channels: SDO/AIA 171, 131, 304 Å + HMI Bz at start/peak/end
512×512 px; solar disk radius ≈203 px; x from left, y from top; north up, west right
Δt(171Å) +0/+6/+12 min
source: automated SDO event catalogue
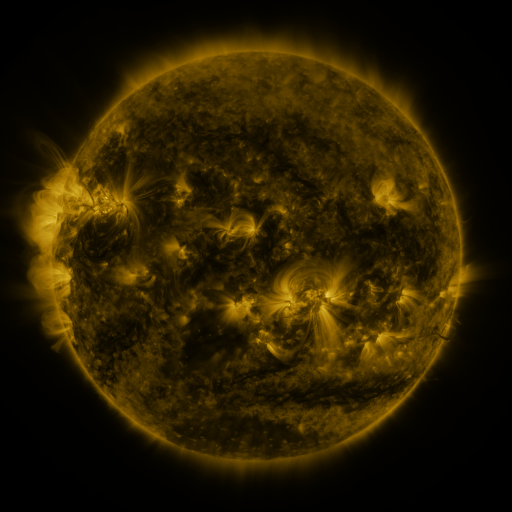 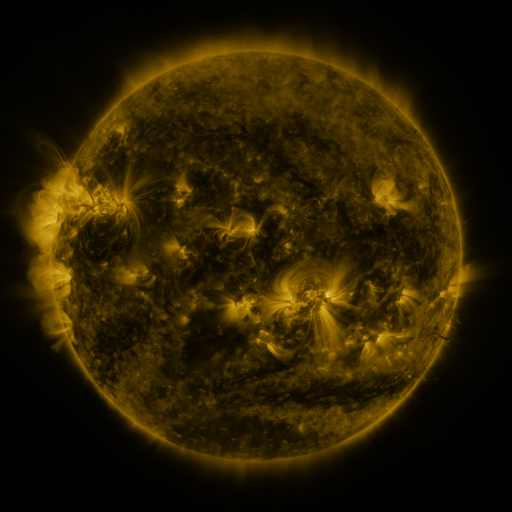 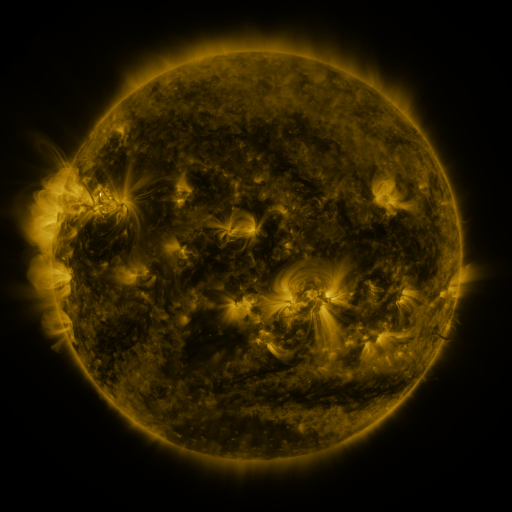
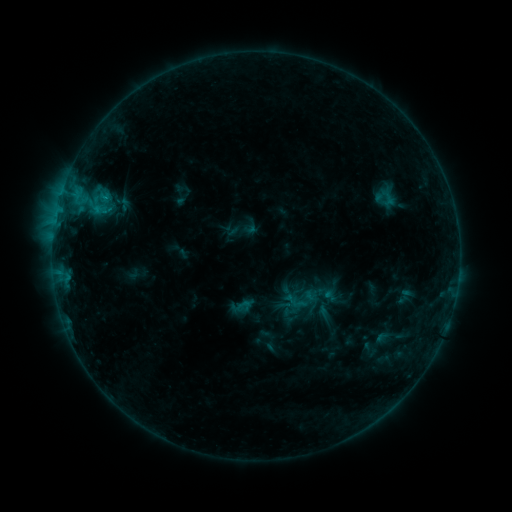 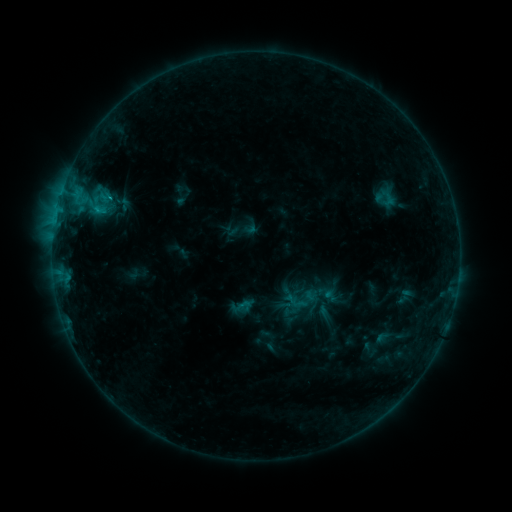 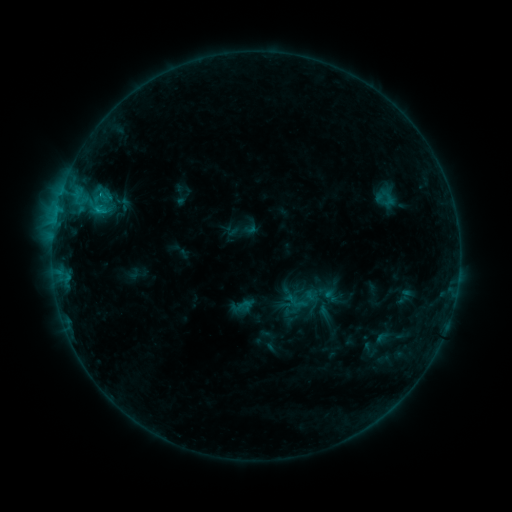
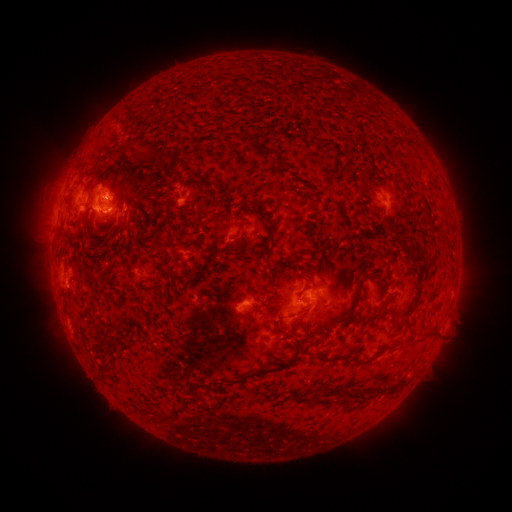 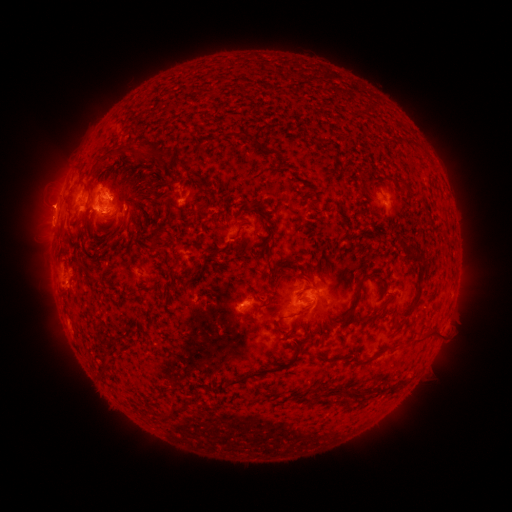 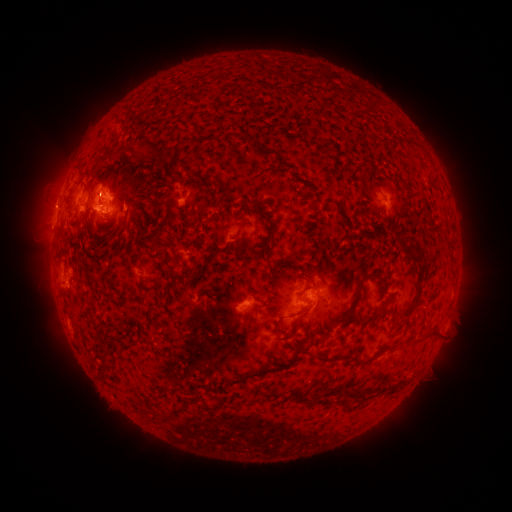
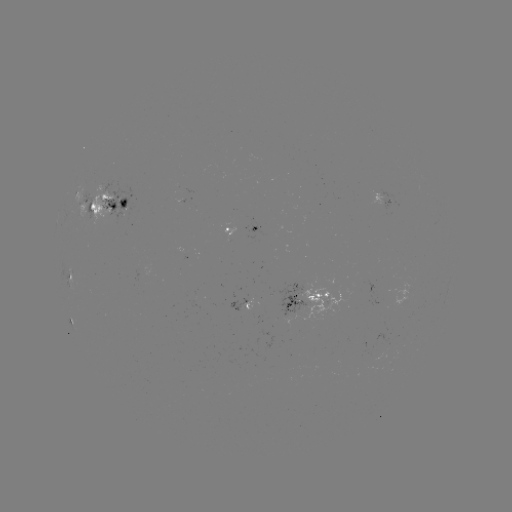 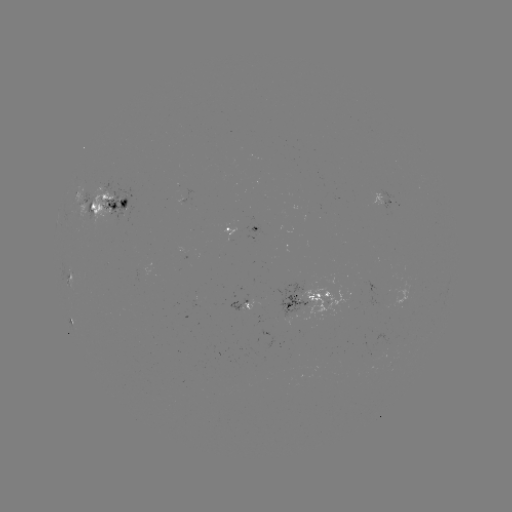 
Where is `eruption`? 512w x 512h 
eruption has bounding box [23, 178, 77, 228].